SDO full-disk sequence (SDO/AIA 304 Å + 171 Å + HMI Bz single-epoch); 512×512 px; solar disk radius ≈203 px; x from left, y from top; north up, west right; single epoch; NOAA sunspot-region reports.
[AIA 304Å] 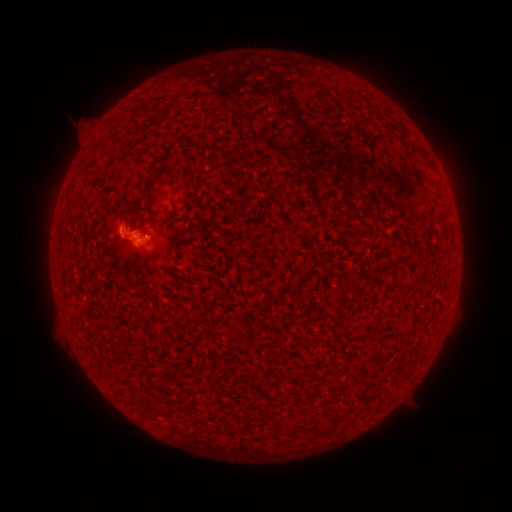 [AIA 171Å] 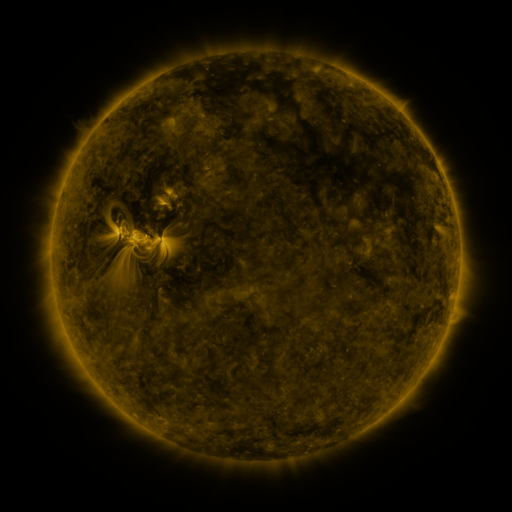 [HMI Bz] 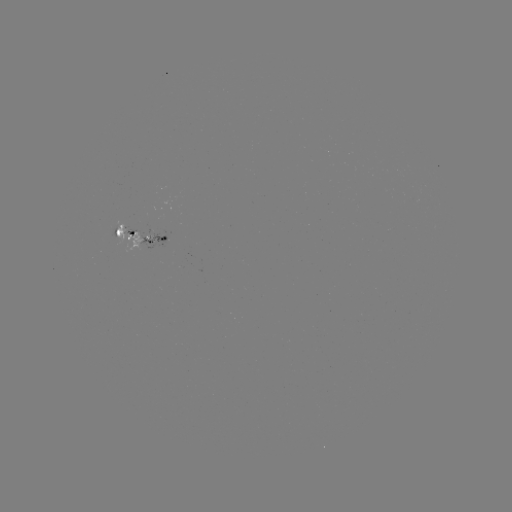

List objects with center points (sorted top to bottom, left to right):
spotted active region: (144, 236)
